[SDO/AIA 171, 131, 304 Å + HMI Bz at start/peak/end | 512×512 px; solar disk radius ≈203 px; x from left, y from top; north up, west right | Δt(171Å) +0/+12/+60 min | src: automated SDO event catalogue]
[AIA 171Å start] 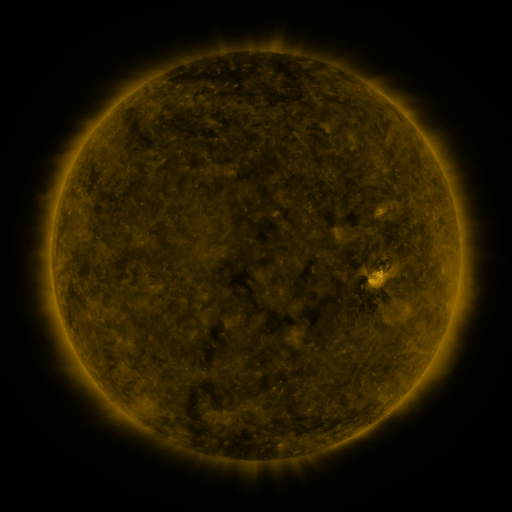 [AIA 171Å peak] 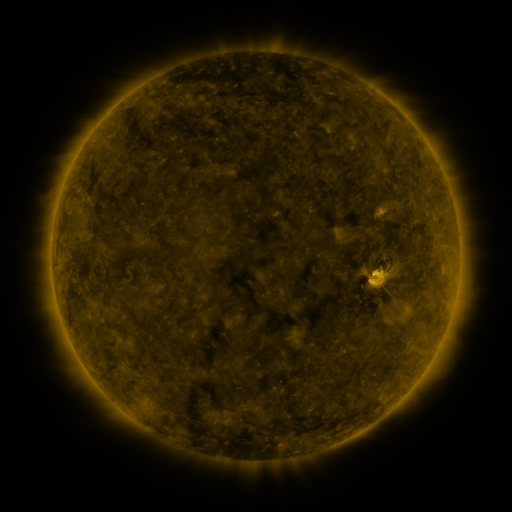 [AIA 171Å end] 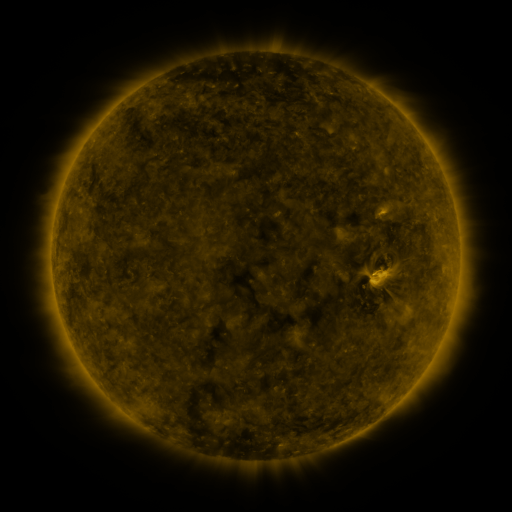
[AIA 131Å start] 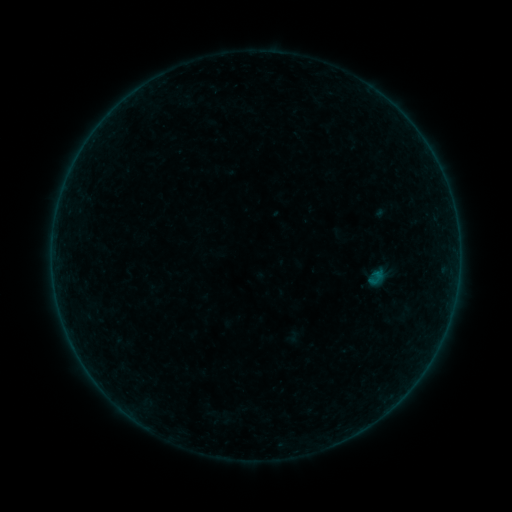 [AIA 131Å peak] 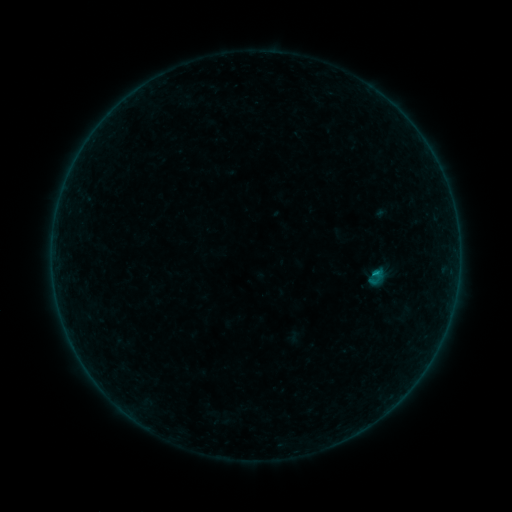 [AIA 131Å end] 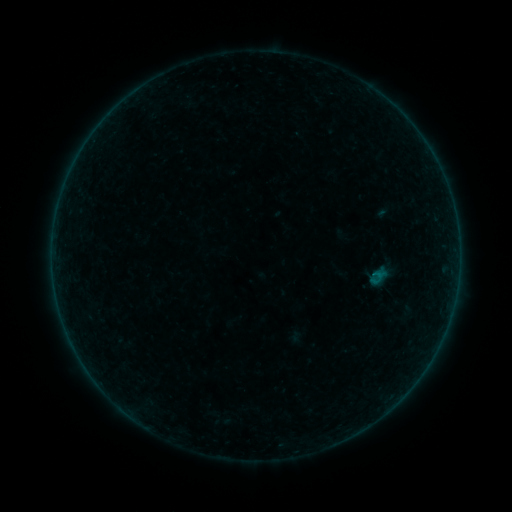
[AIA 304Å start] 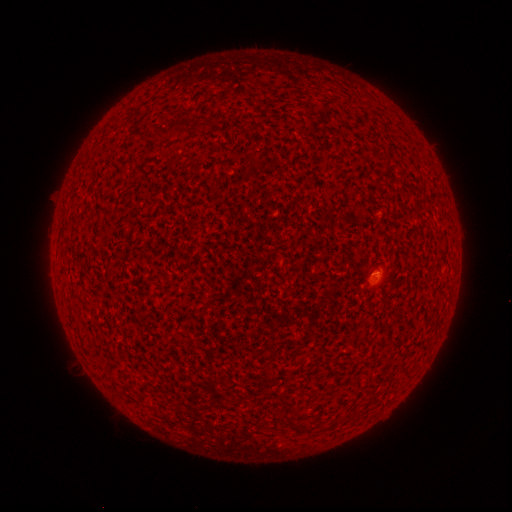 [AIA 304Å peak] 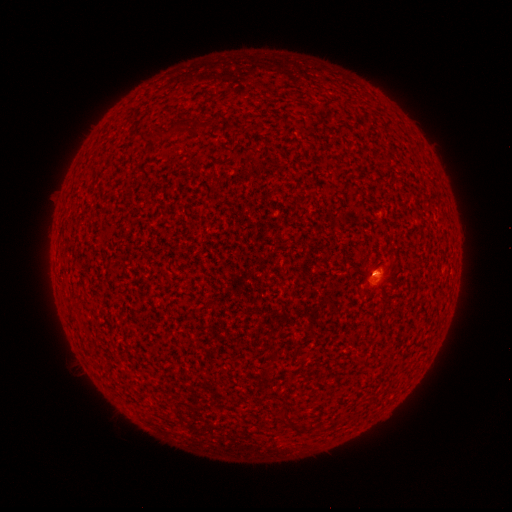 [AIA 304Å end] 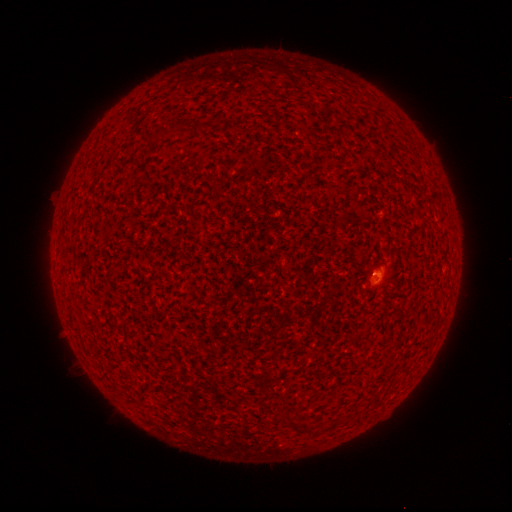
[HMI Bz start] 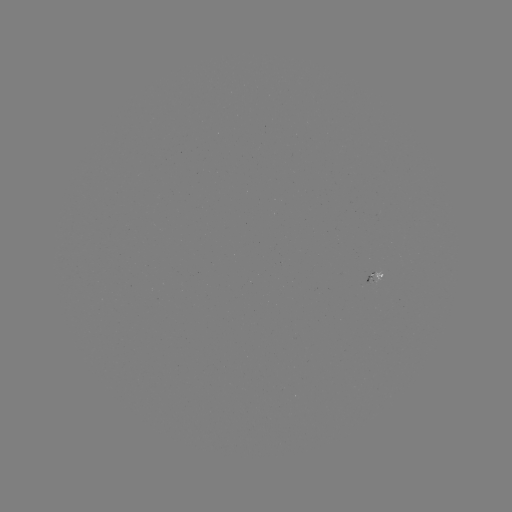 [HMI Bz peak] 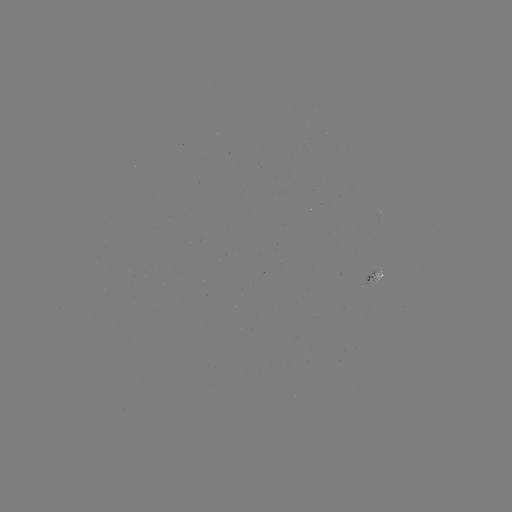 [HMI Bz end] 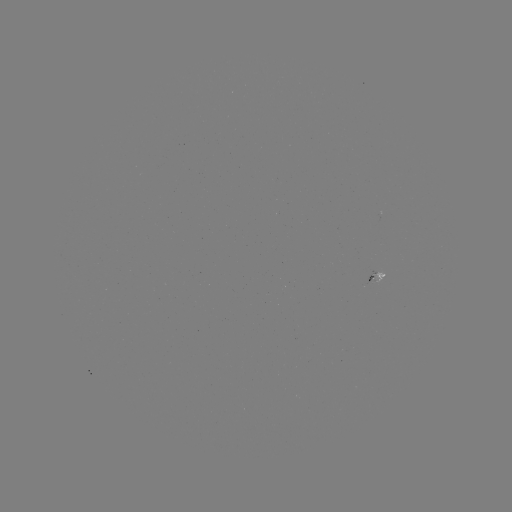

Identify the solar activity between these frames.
B1.3 flare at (375, 271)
